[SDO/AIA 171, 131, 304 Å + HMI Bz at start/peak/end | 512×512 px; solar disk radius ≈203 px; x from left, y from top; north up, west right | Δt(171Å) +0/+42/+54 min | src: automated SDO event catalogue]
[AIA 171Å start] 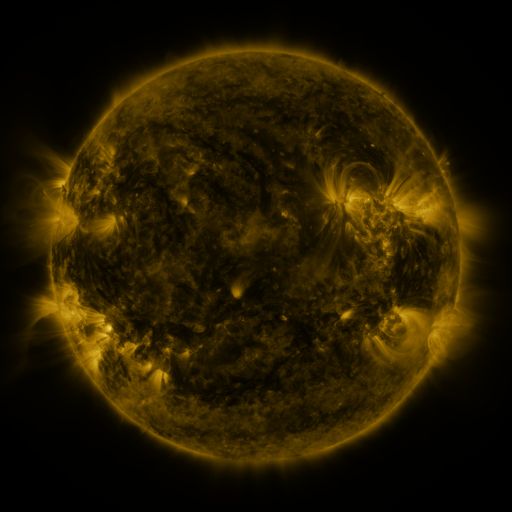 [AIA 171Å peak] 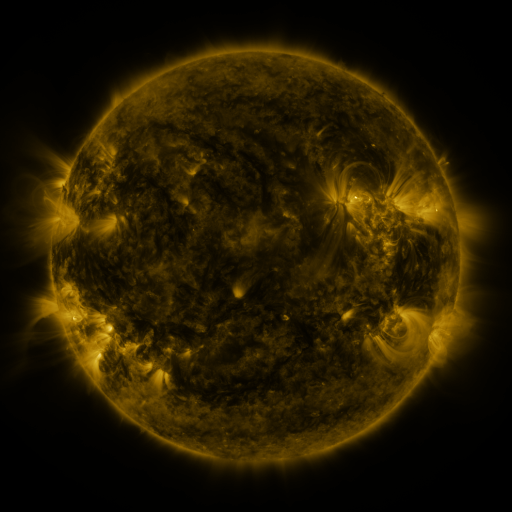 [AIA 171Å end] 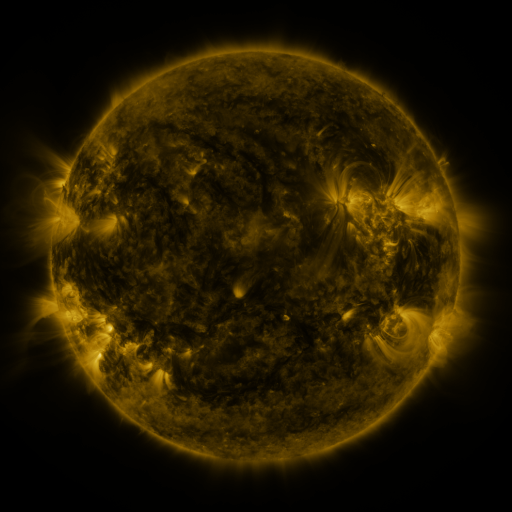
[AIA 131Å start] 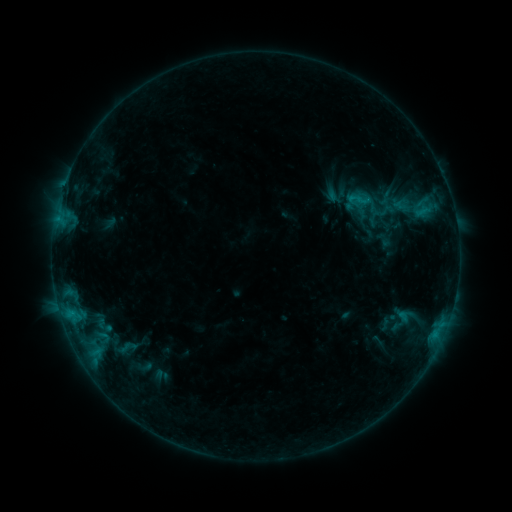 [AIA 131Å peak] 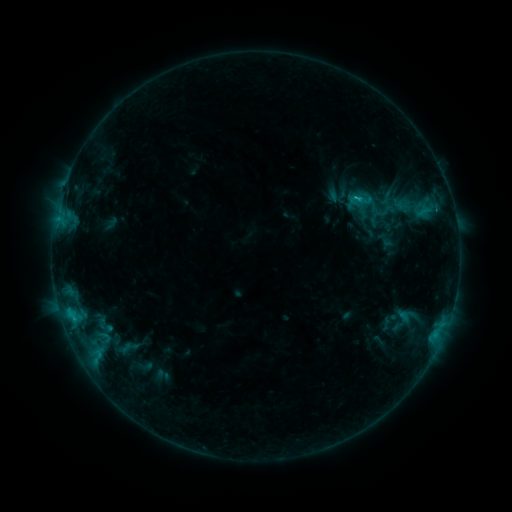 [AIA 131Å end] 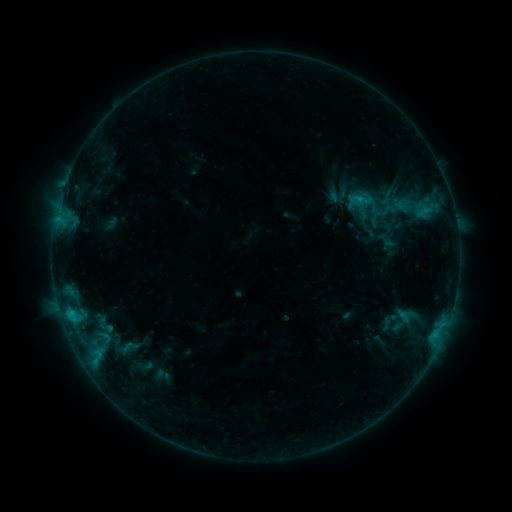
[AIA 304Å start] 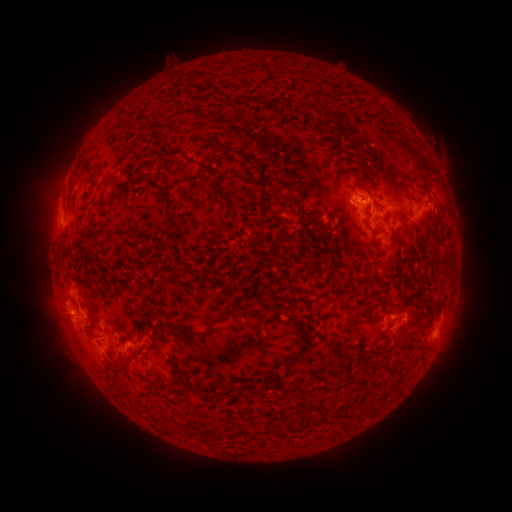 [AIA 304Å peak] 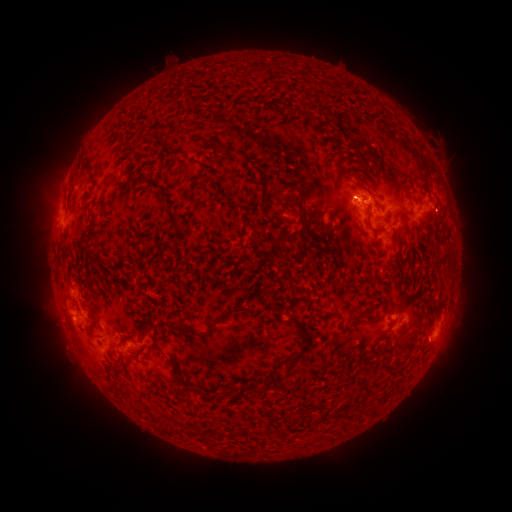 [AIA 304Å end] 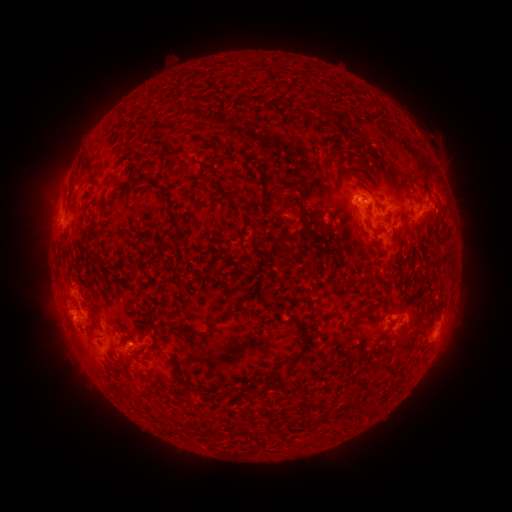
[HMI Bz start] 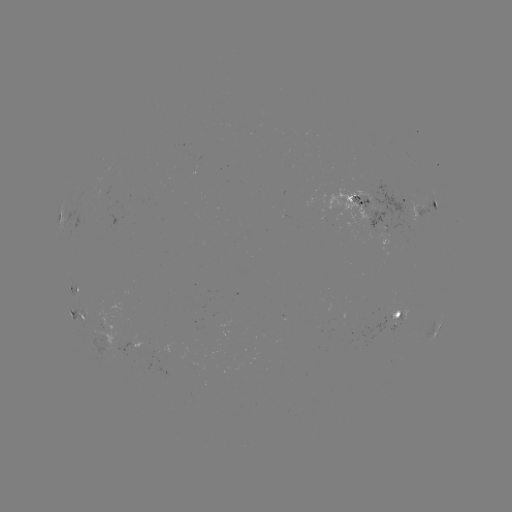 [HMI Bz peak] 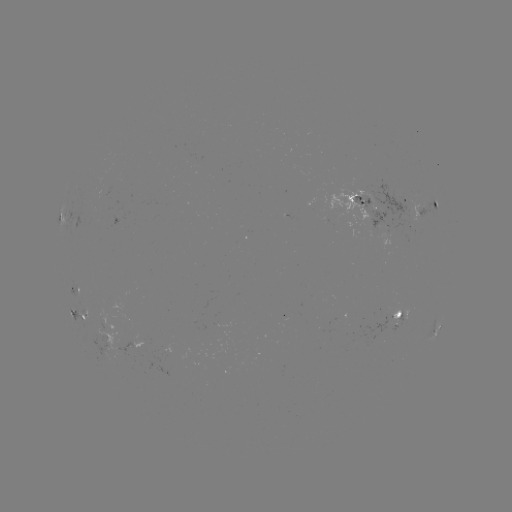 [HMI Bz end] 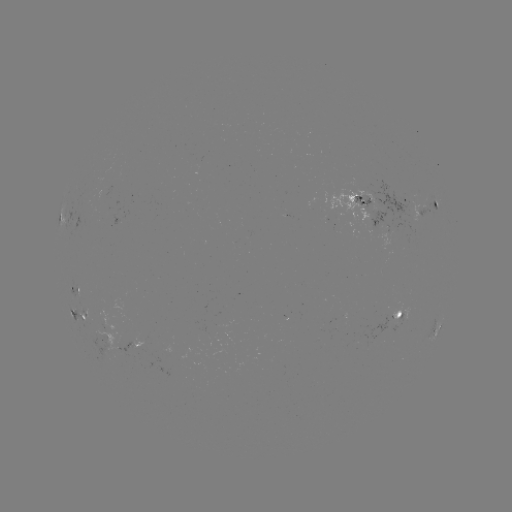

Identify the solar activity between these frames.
C1.0 flare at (356, 201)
